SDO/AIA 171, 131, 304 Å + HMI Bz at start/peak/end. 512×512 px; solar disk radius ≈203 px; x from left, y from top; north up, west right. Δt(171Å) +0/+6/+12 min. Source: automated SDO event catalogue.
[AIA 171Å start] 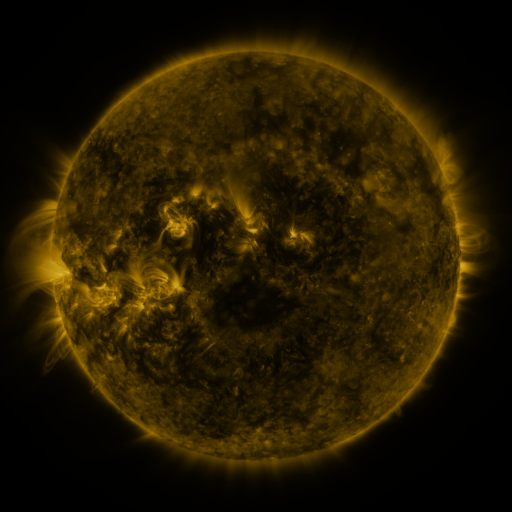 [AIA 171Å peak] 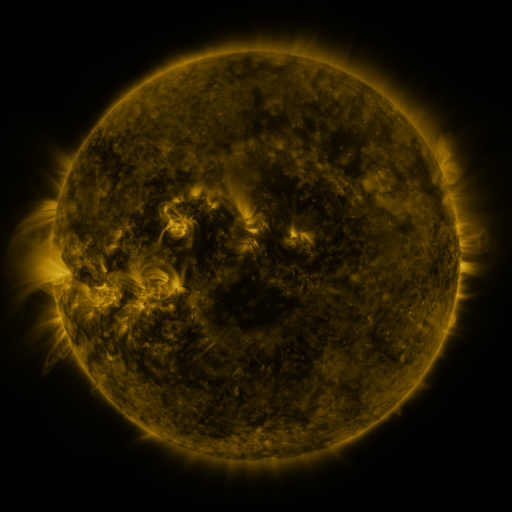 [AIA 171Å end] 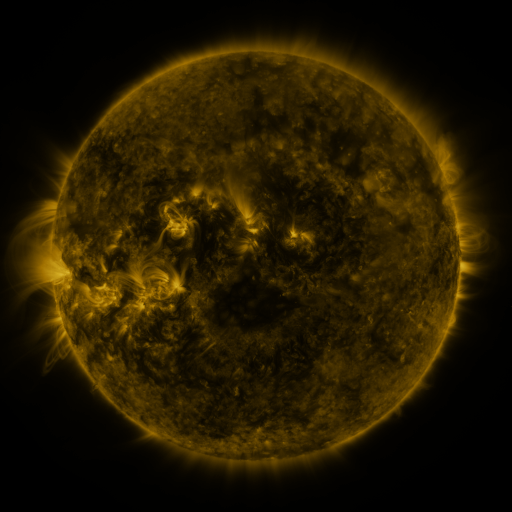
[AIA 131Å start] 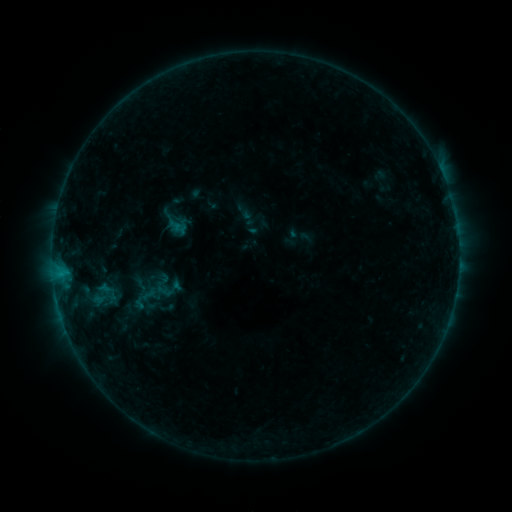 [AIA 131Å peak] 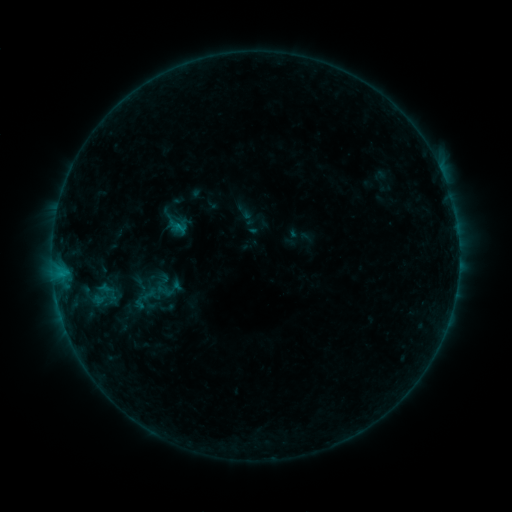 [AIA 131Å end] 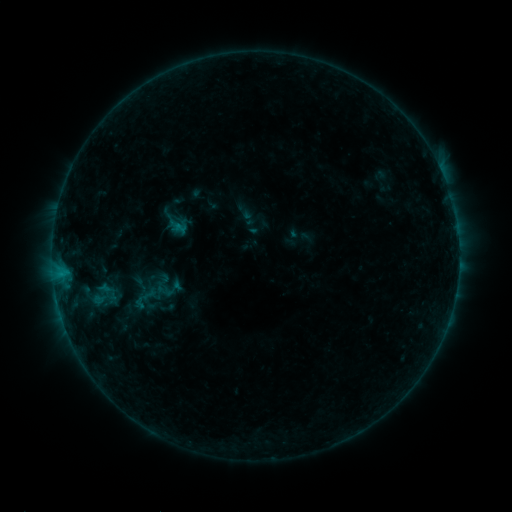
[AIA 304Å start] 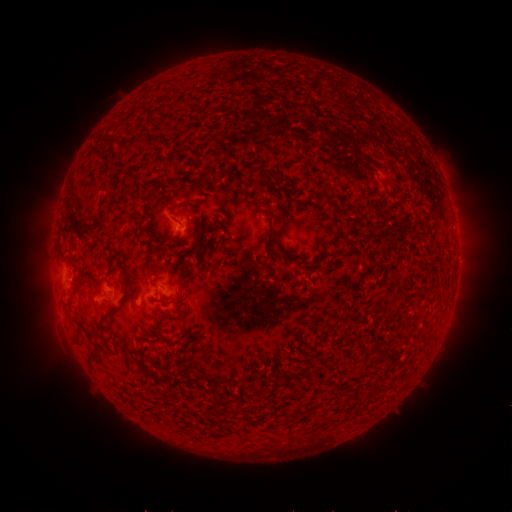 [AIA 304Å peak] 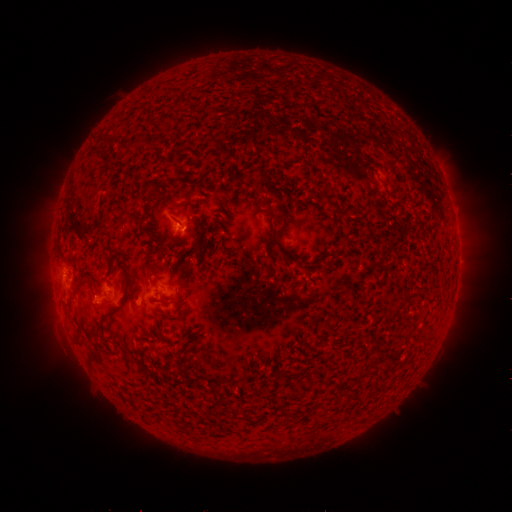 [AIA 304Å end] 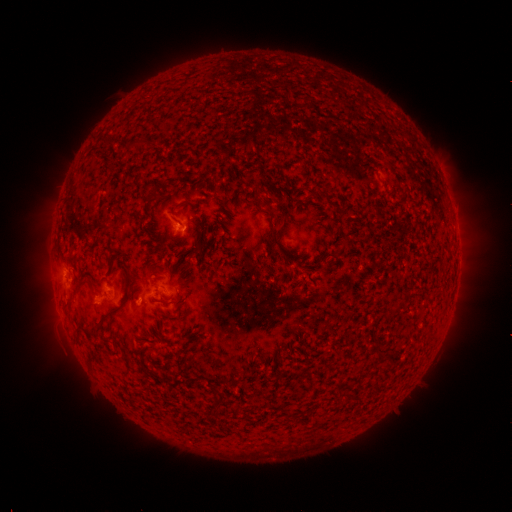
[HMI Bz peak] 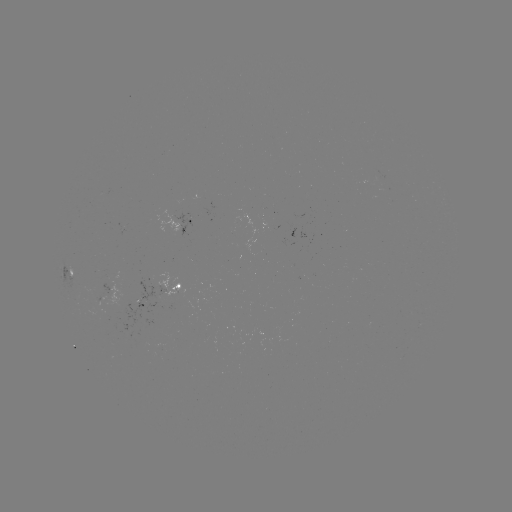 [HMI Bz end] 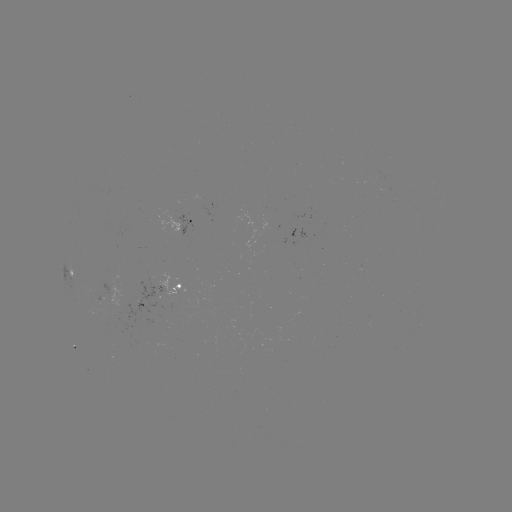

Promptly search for B4.2 flare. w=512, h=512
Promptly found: (180, 227).